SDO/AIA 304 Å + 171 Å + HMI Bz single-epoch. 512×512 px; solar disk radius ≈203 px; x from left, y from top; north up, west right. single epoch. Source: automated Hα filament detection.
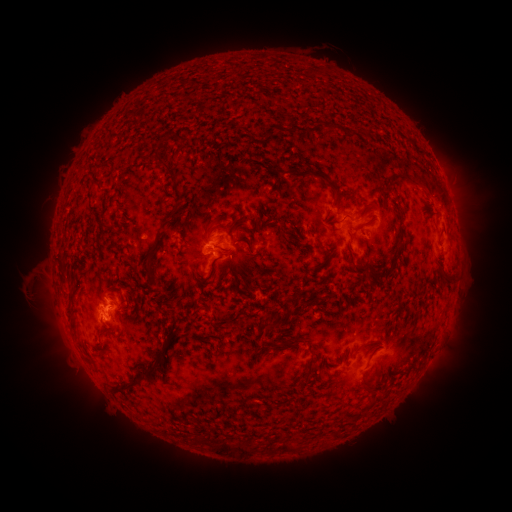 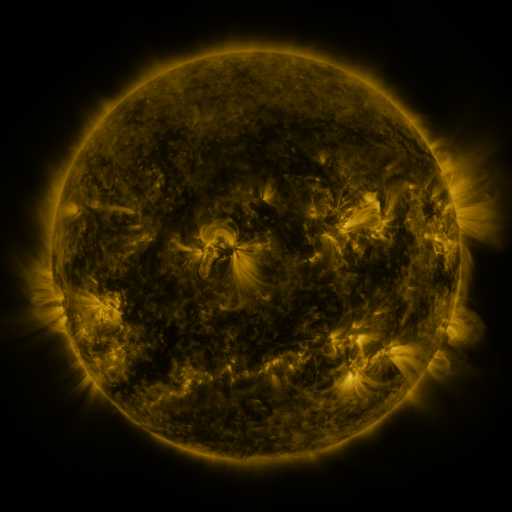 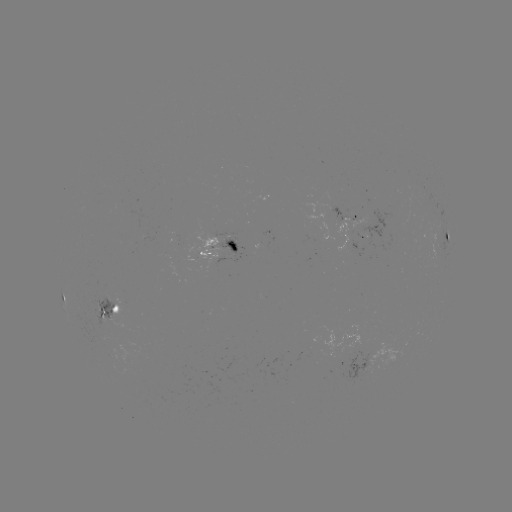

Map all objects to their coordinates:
filament: <bbox>311, 121, 322, 131</bbox>
filament: <bbox>327, 121, 336, 131</bbox>
filament: <bbox>259, 125, 273, 140</bbox>
filament: <bbox>276, 125, 289, 132</bbox>
filament: <bbox>161, 135, 170, 143</bbox>
filament: <bbox>165, 168, 176, 180</bbox>
filament: <bbox>398, 170, 420, 186</bbox>
filament: <bbox>311, 171, 342, 201</bbox>
filament: <bbox>168, 205, 180, 223</bbox>
filament: <bbox>143, 232, 163, 278</bbox>
filament: <bbox>228, 239, 239, 252</bbox>
filament: <bbox>392, 252, 399, 262</bbox>
filament: <bbox>196, 266, 216, 281</bbox>
filament: <bbox>62, 294, 75, 304</bbox>
filament: <bbox>285, 303, 294, 315</bbox>
filament: <bbox>263, 313, 275, 323</bbox>
filament: <bbox>168, 328, 183, 343</bbox>
filament: <bbox>206, 333, 217, 339</bbox>
filament: <bbox>277, 336, 305, 347</bbox>
filament: <bbox>260, 345, 268, 355</bbox>
filament: <bbox>99, 347, 109, 356</bbox>
filament: <bbox>143, 349, 168, 381</bbox>
filament: <bbox>304, 357, 315, 378</bbox>
filament: <bbox>117, 381, 141, 395</bbox>
filament: <bbox>362, 381, 372, 391</bbox>
filament: <bbox>194, 434, 211, 445</bbox>
filament: <bbox>218, 438, 258, 454</bbox>
filament: <bbox>281, 439, 296, 451</bbox>
